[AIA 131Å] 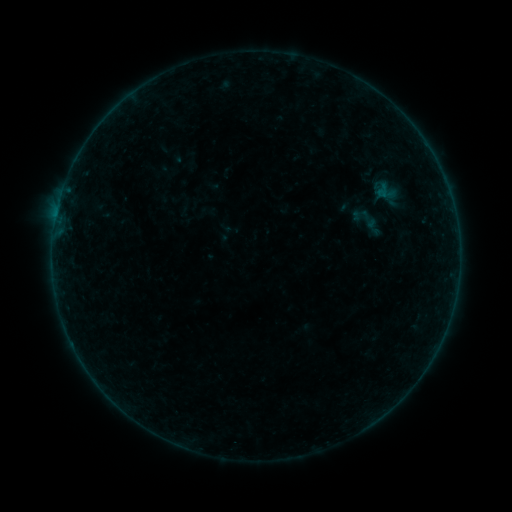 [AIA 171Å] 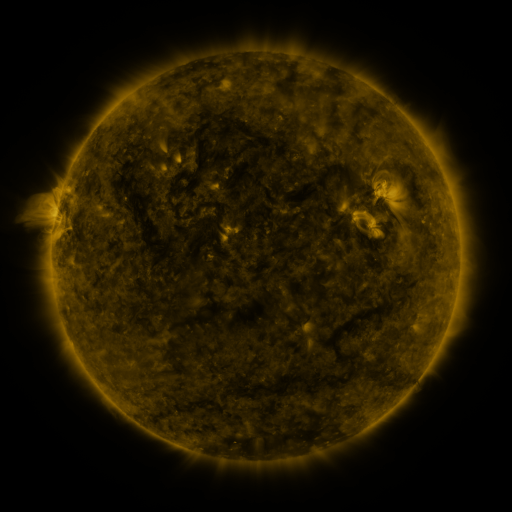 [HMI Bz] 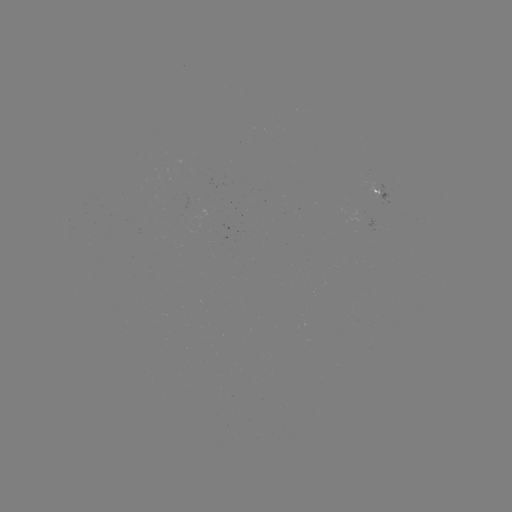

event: sigmoid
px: (369, 219)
